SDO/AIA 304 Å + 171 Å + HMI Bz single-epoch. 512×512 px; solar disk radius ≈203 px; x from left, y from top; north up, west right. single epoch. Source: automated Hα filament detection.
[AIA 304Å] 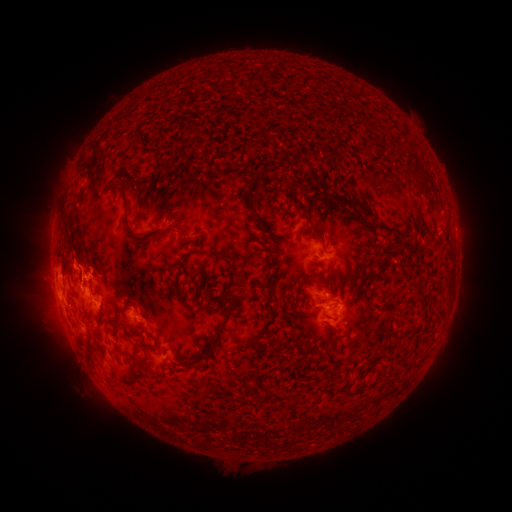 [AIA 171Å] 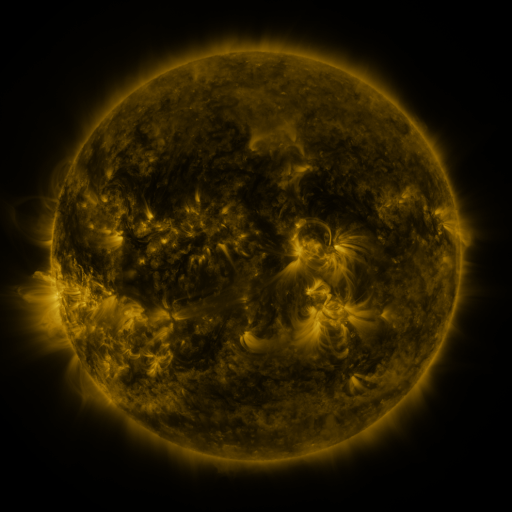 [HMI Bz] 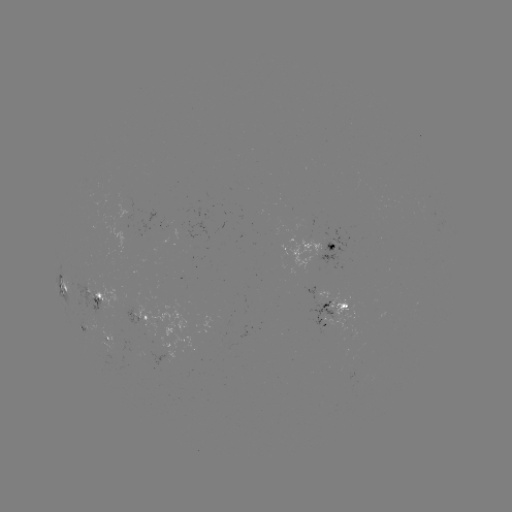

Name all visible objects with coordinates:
filament: [190, 59, 231, 74]
filament: [282, 59, 400, 127]
filament: [112, 181, 175, 244]
filament: [242, 188, 257, 213]
filament: [355, 202, 375, 219]
filament: [61, 210, 69, 222]
filament: [298, 212, 307, 220]
filament: [256, 215, 277, 235]
filament: [378, 221, 396, 231]
filament: [245, 230, 256, 244]
filament: [309, 230, 324, 243]
filament: [64, 235, 73, 246]
filament: [57, 238, 65, 259]
filament: [181, 245, 197, 264]
filament: [262, 247, 278, 269]
filament: [208, 303, 233, 346]
filament: [189, 346, 213, 365]
filament: [83, 348, 94, 364]
